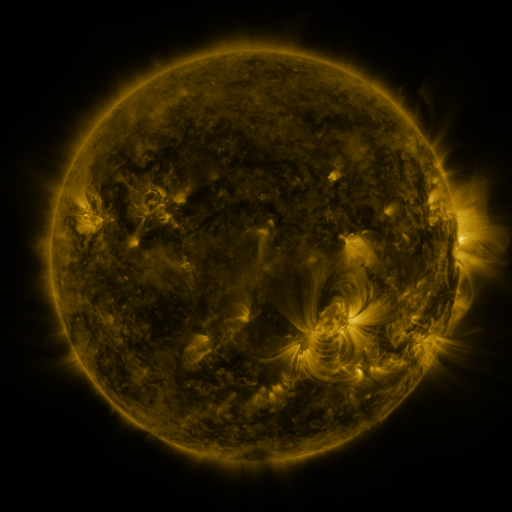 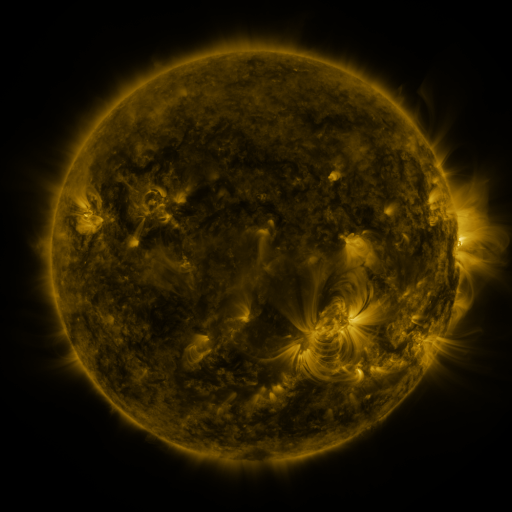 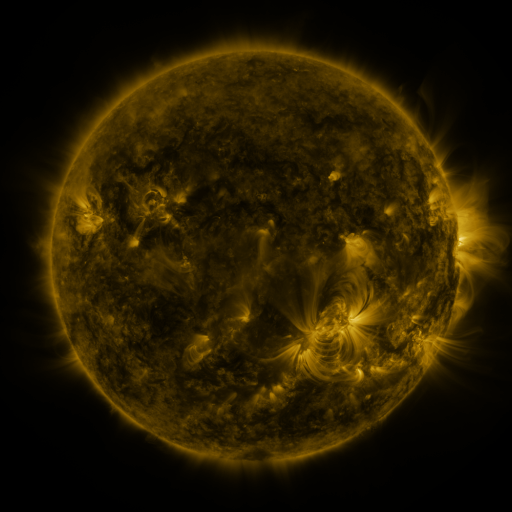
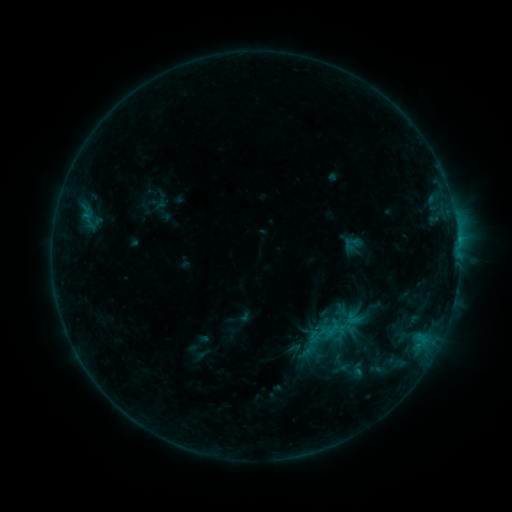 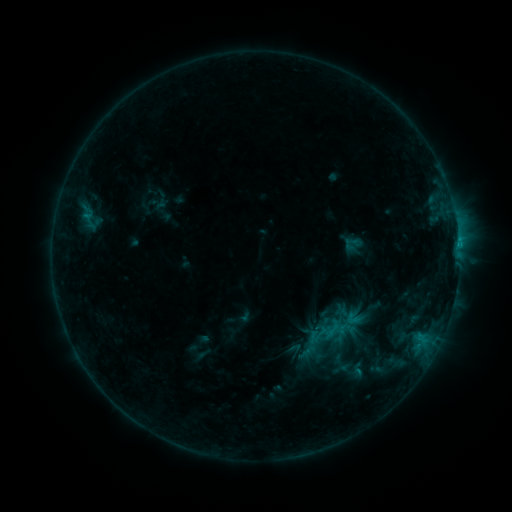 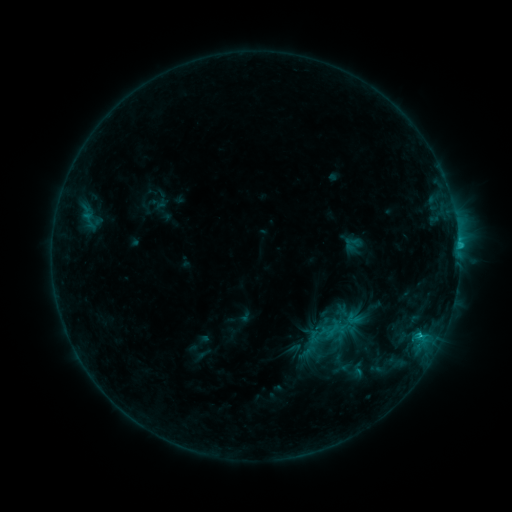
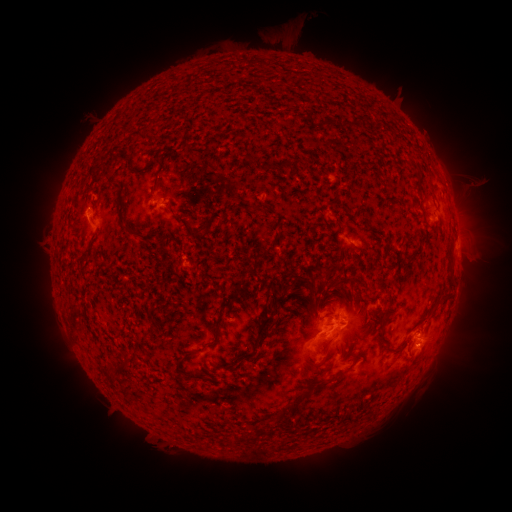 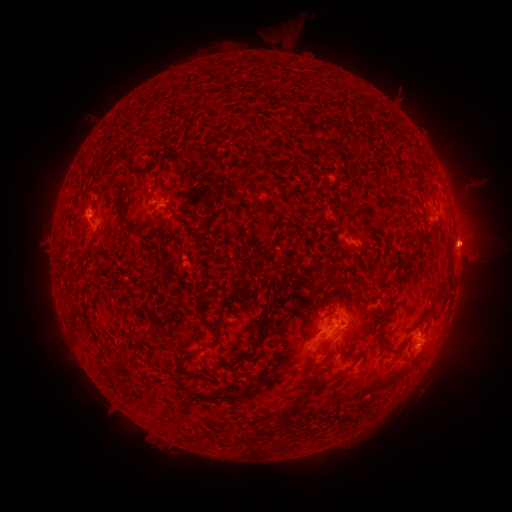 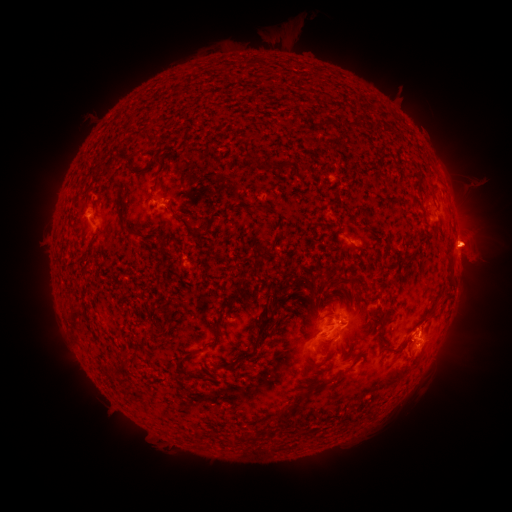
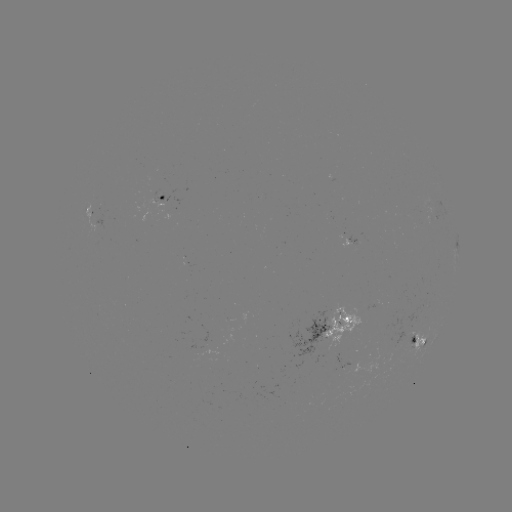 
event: eruption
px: (472, 241)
